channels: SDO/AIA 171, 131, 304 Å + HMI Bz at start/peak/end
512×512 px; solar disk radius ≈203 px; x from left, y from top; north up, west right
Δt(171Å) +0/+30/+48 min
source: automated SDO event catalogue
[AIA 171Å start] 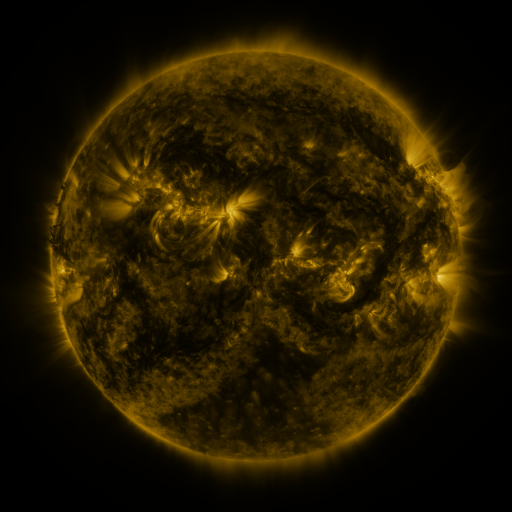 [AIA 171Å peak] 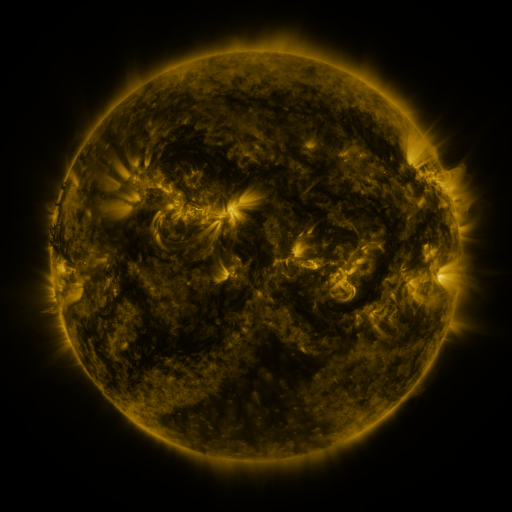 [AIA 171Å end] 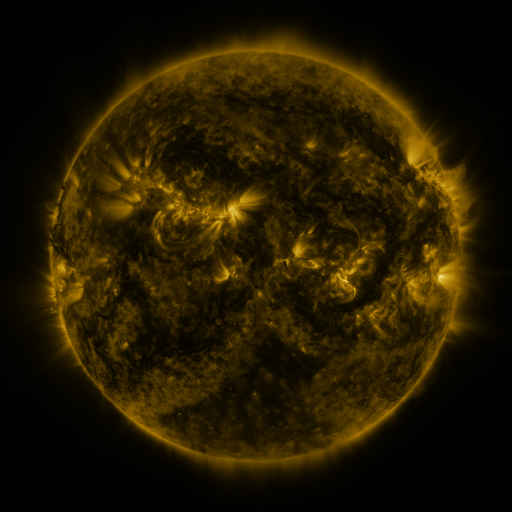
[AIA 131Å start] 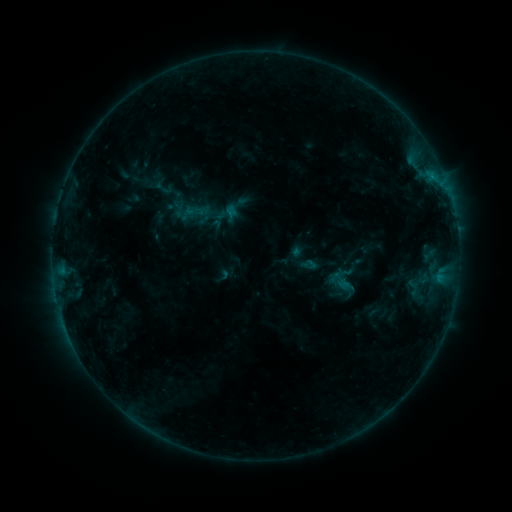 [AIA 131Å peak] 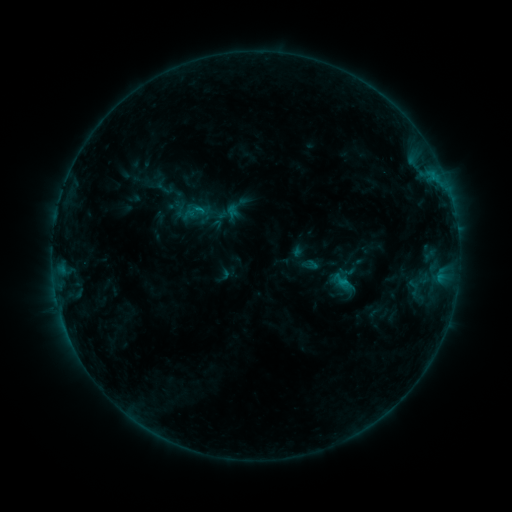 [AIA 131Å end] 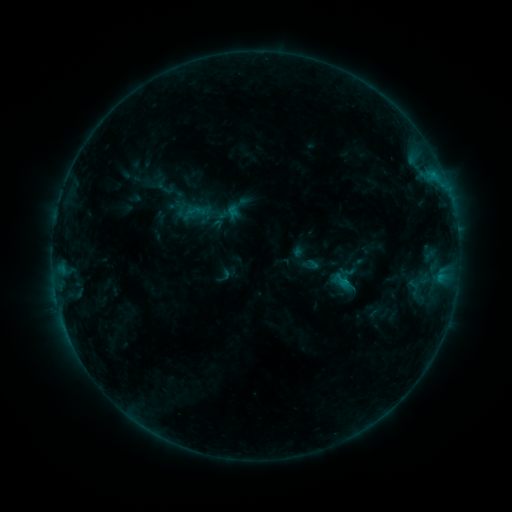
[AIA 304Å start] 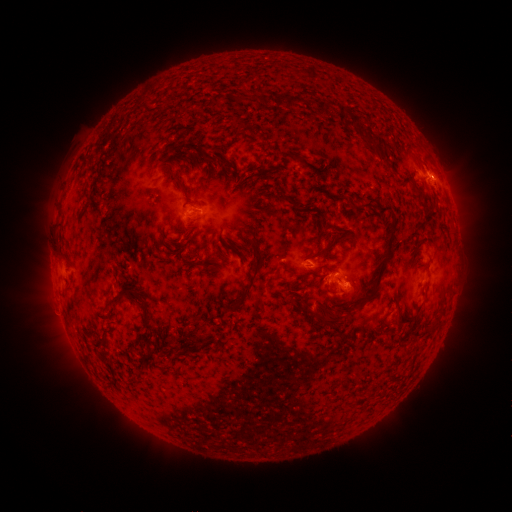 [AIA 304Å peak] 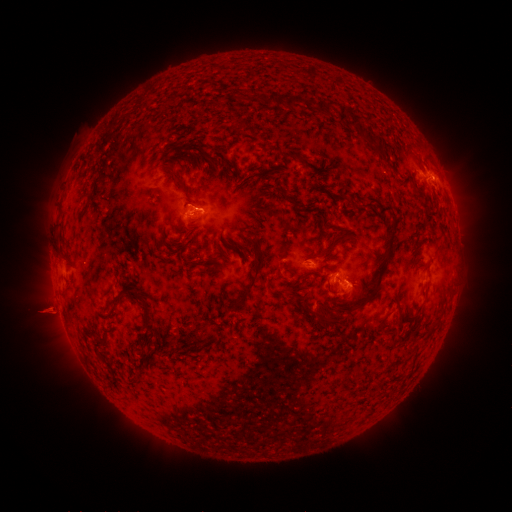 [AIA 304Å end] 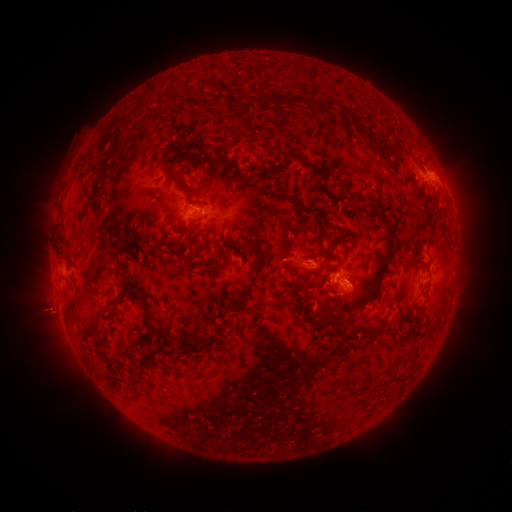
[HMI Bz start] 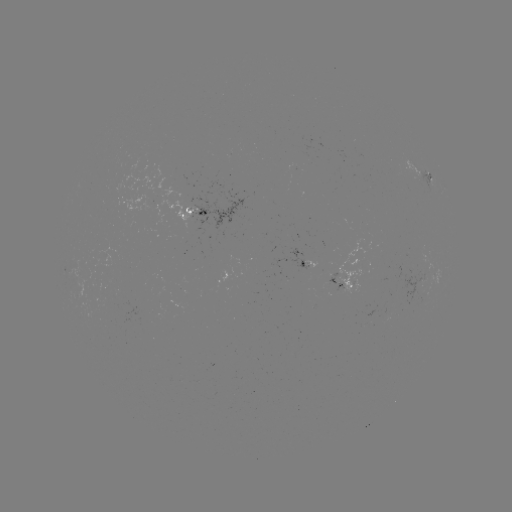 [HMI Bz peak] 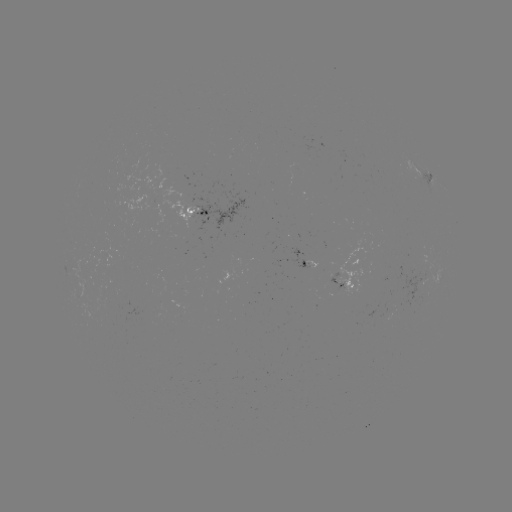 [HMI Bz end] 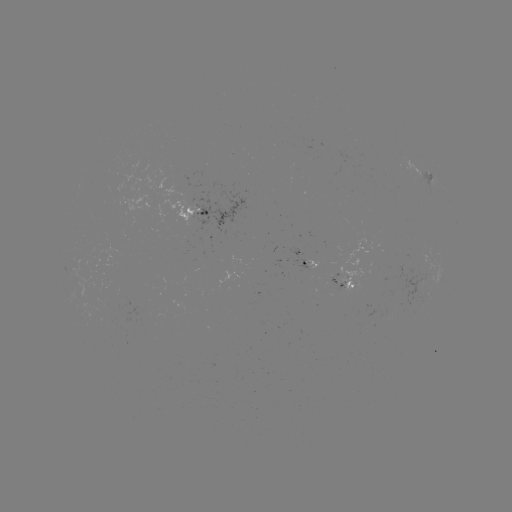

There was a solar flare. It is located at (343, 279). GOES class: B9.7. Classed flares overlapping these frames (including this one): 1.